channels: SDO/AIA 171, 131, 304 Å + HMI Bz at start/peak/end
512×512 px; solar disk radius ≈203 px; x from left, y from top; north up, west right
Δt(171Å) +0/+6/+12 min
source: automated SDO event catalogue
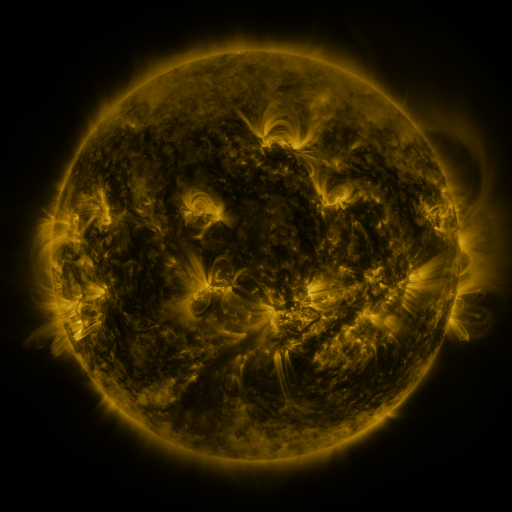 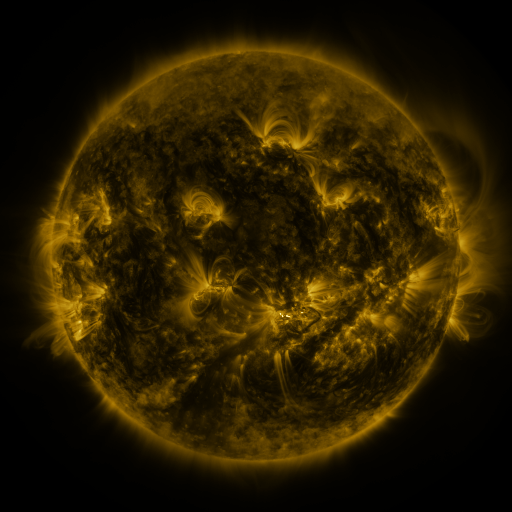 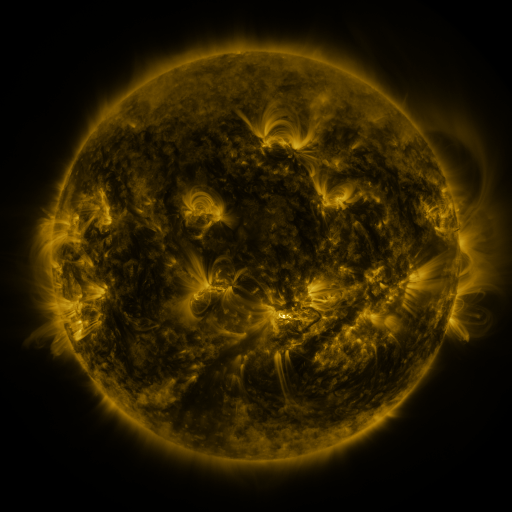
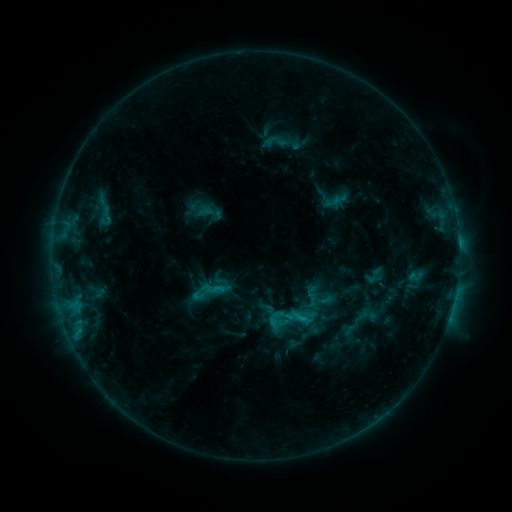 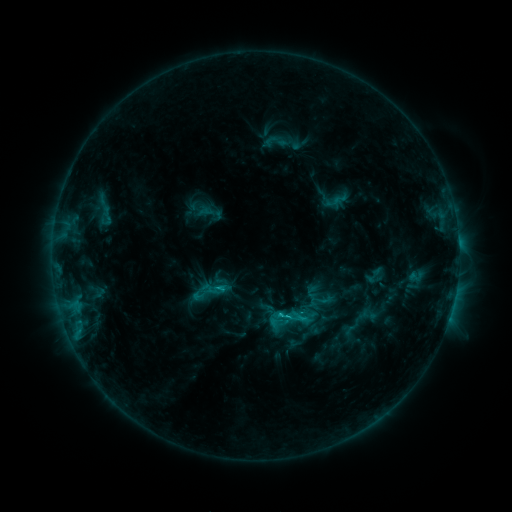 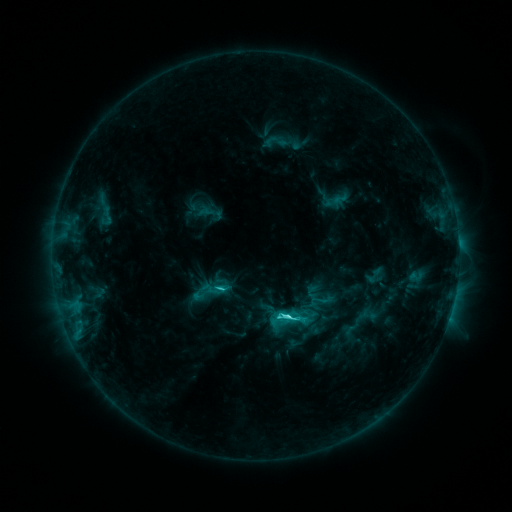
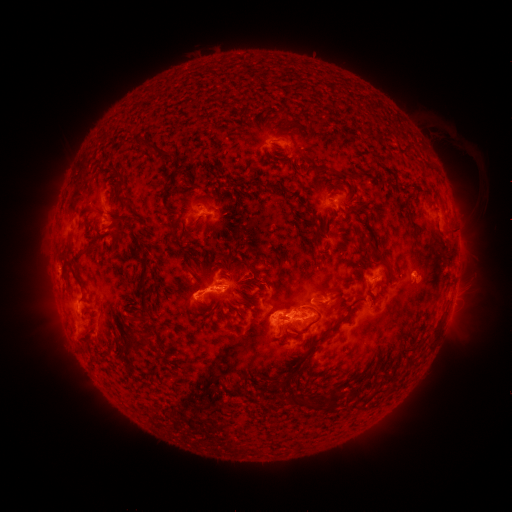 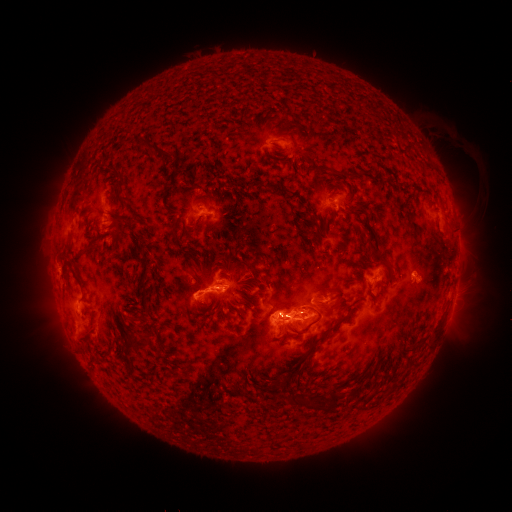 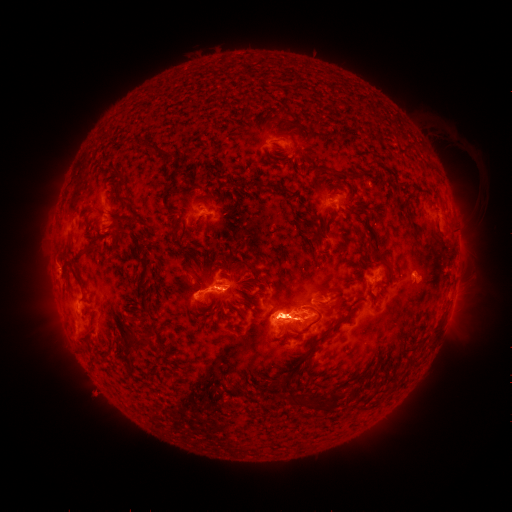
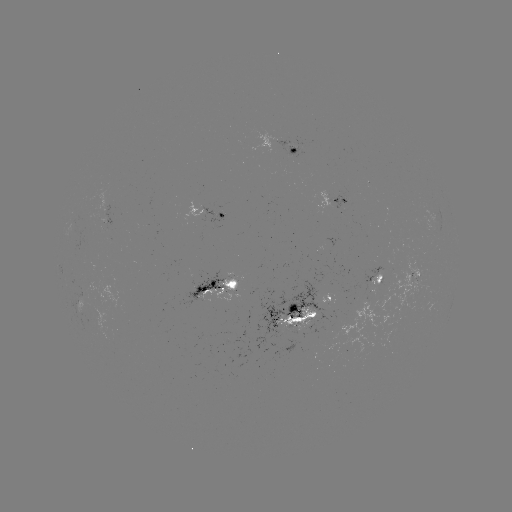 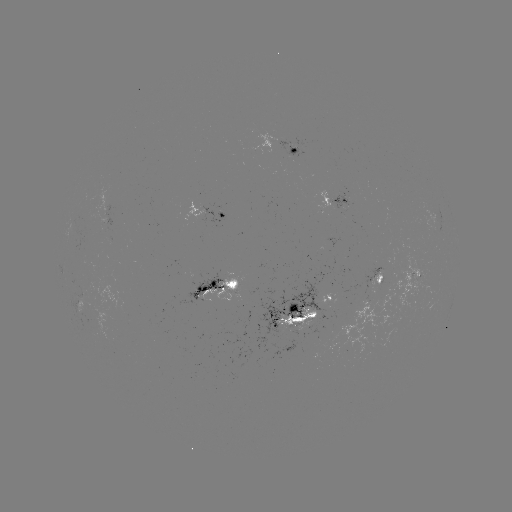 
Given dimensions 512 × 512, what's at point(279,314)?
C5.3 flare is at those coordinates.